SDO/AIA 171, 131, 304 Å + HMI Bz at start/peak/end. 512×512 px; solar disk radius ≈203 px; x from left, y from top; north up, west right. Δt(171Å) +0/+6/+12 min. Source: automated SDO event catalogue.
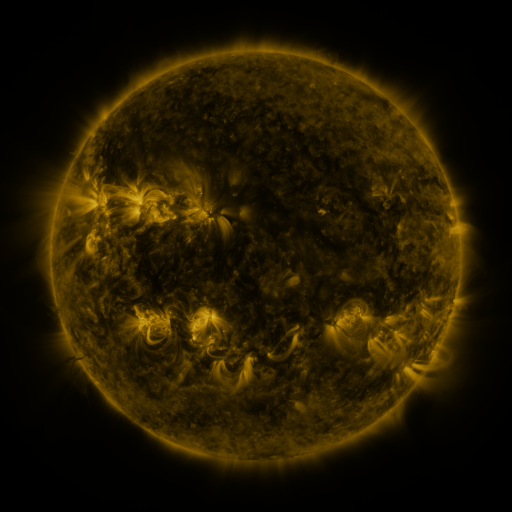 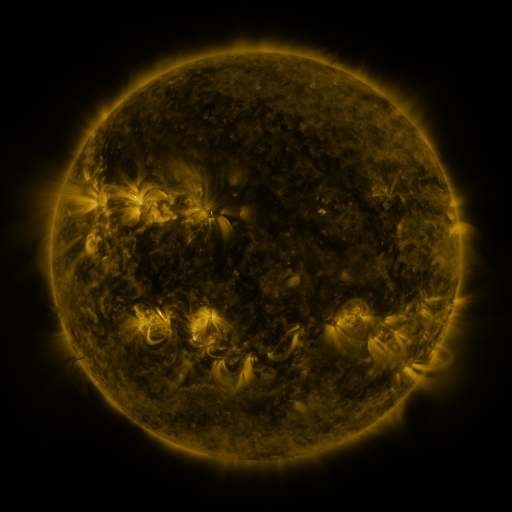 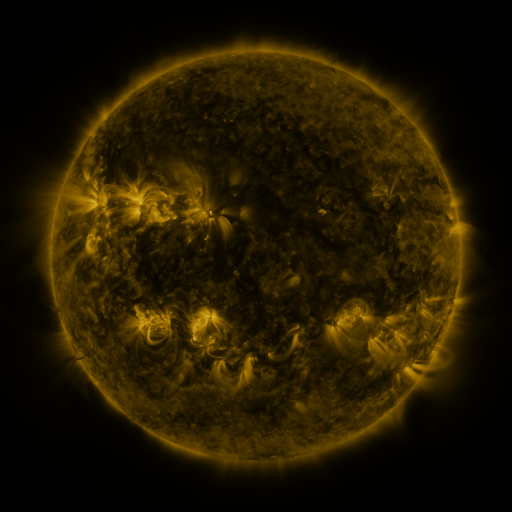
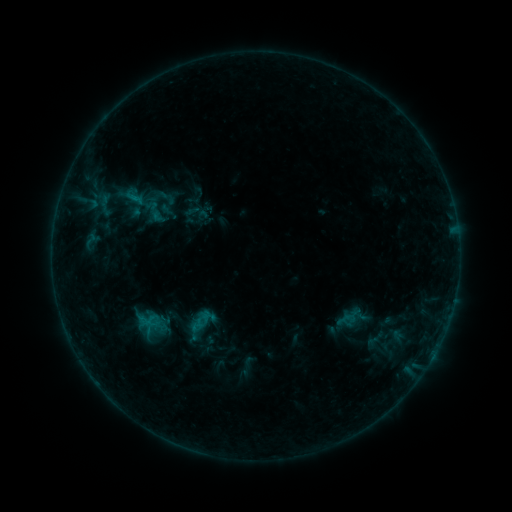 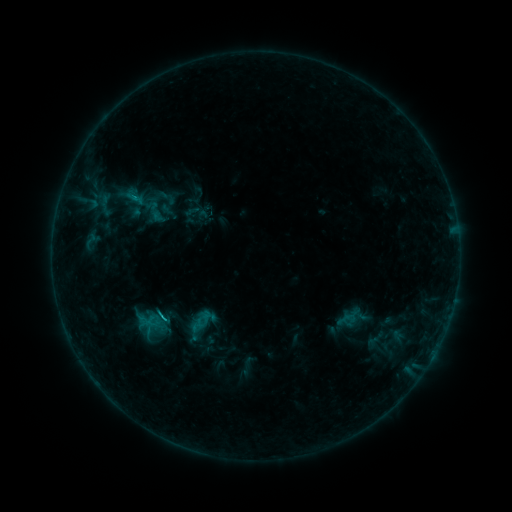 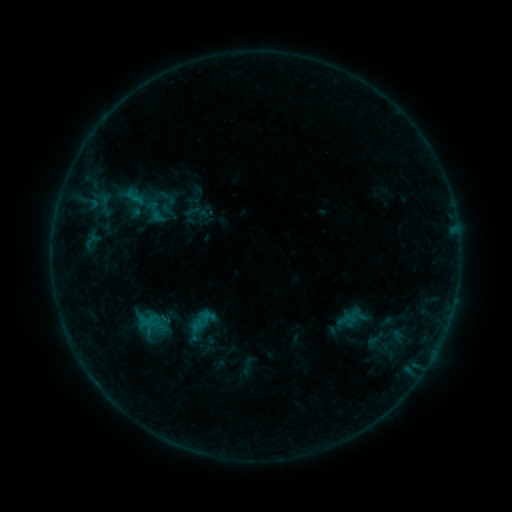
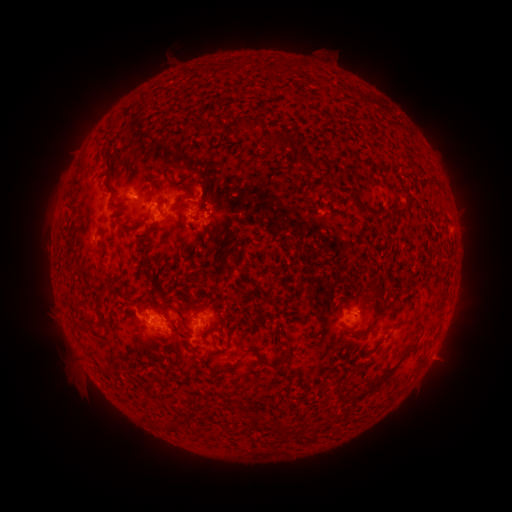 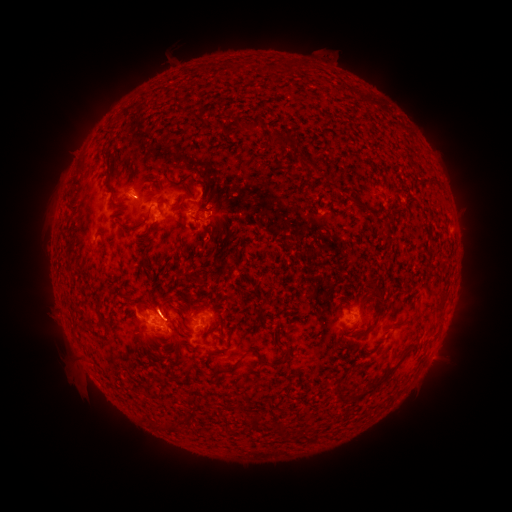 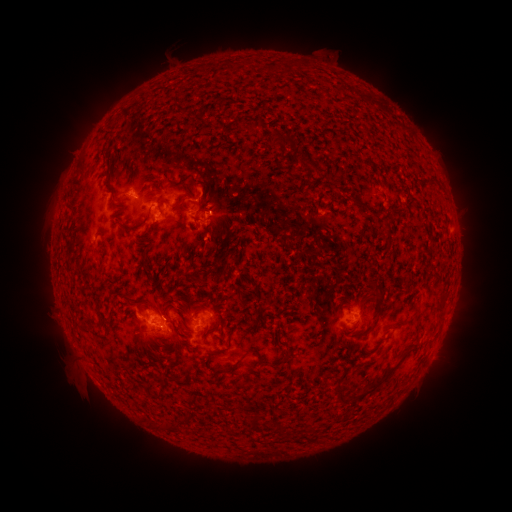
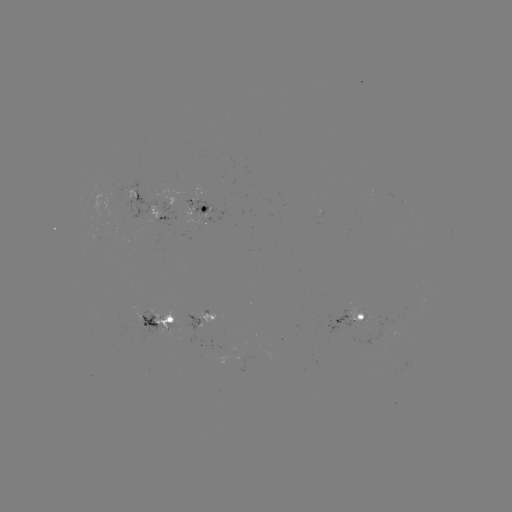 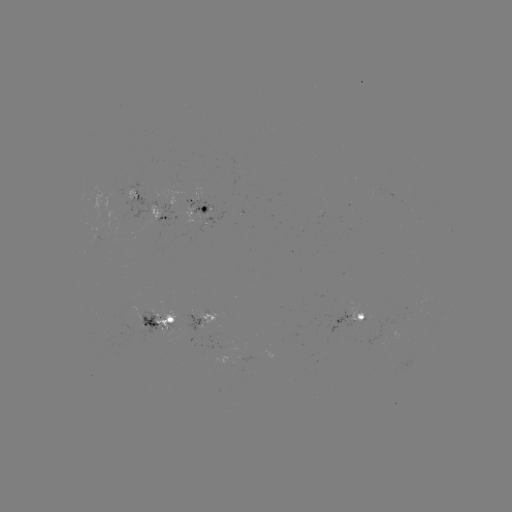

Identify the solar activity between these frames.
B6.4 flare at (166, 317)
